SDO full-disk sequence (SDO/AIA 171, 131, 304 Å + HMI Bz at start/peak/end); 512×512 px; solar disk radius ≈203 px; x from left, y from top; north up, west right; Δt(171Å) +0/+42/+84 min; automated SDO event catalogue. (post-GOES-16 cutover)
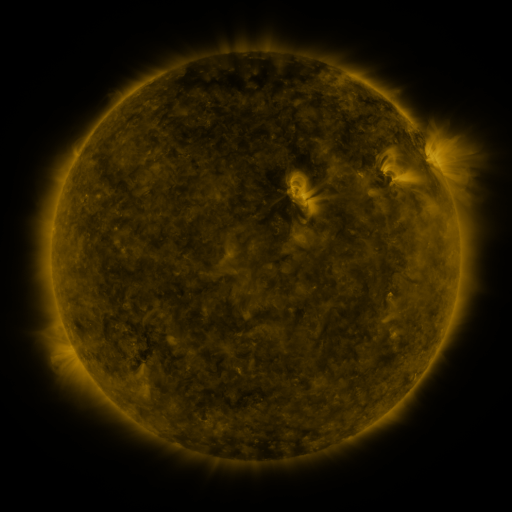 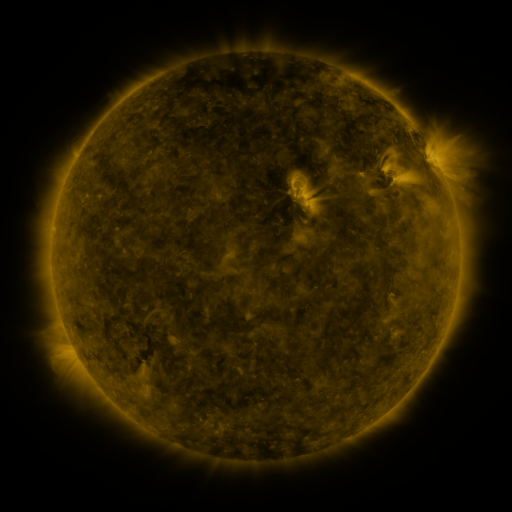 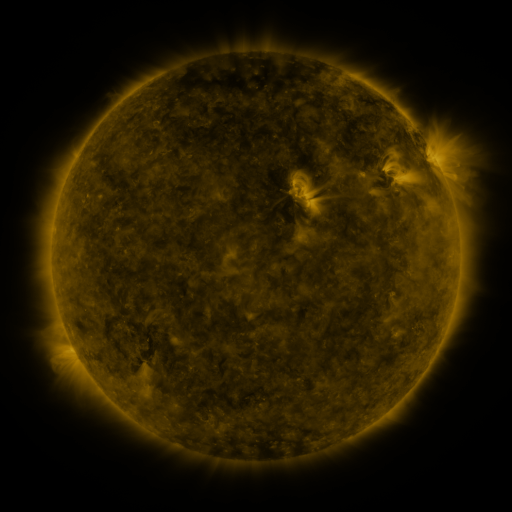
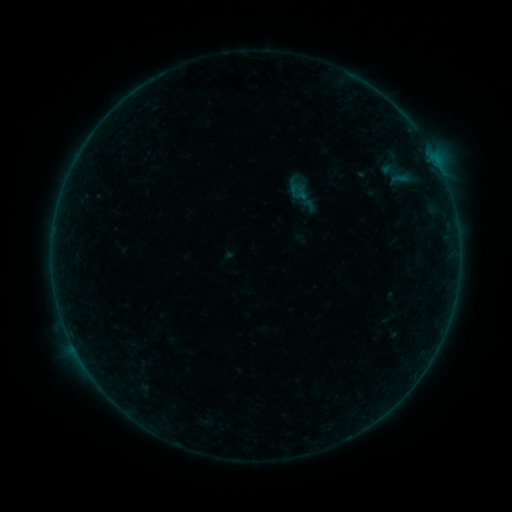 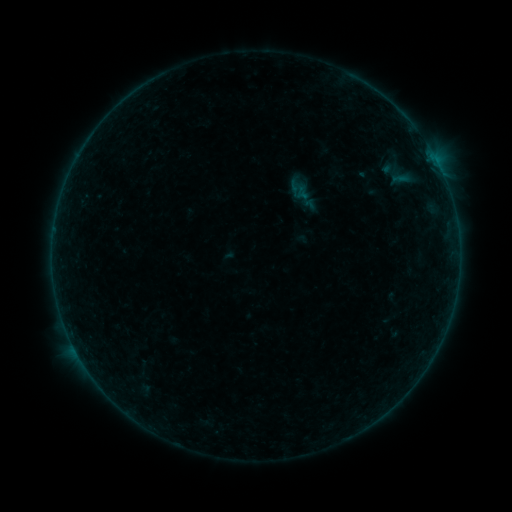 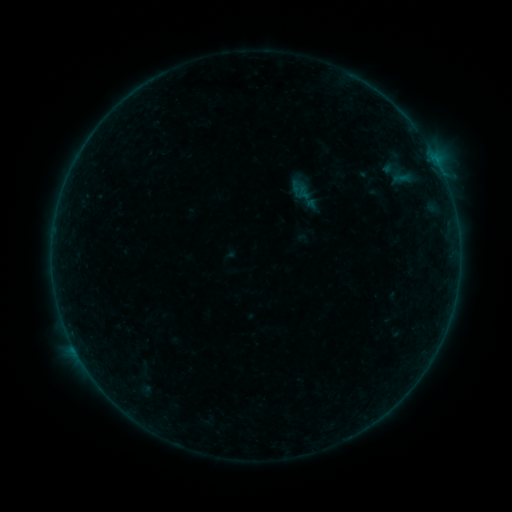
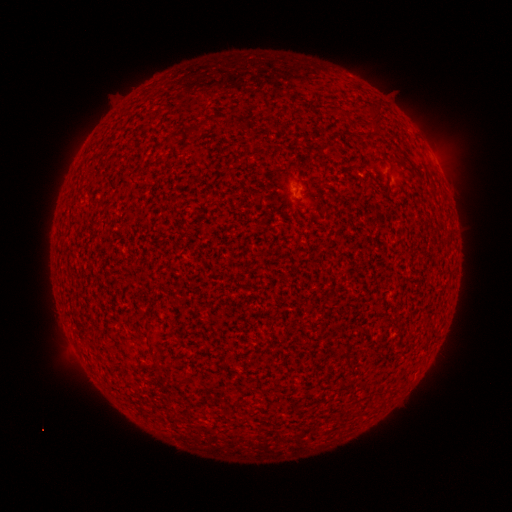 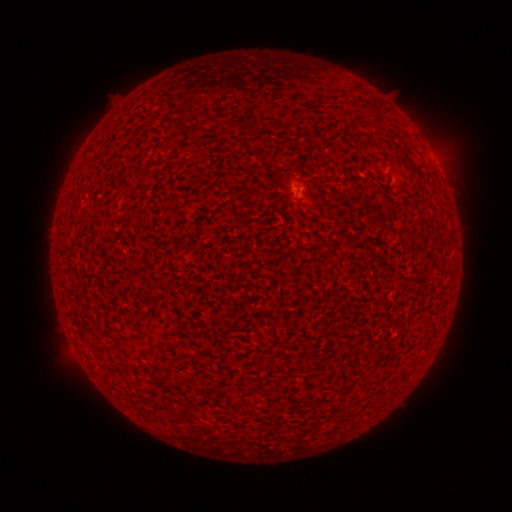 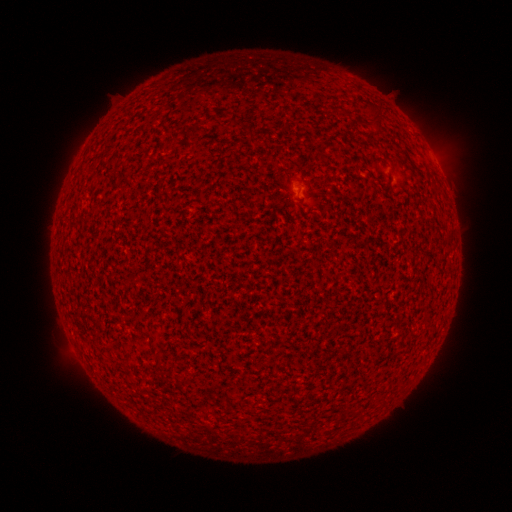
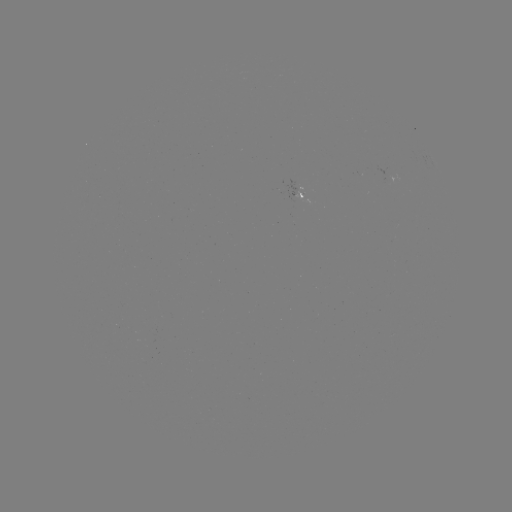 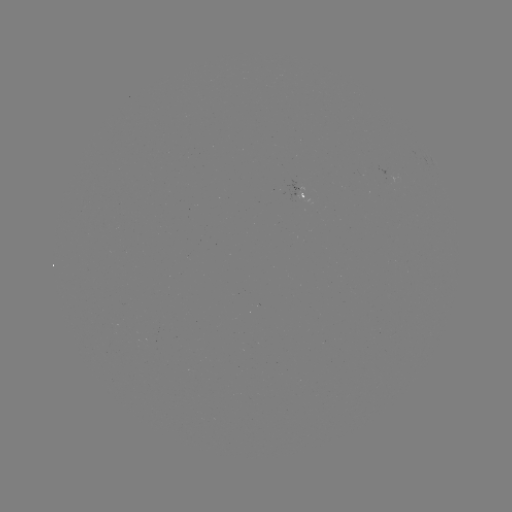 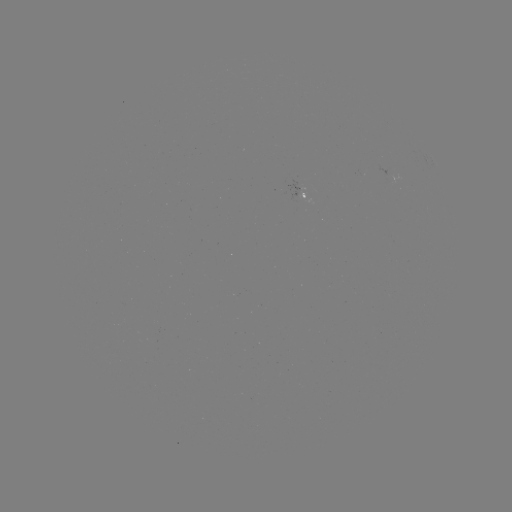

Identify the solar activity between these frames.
A4.6 flare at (297, 190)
